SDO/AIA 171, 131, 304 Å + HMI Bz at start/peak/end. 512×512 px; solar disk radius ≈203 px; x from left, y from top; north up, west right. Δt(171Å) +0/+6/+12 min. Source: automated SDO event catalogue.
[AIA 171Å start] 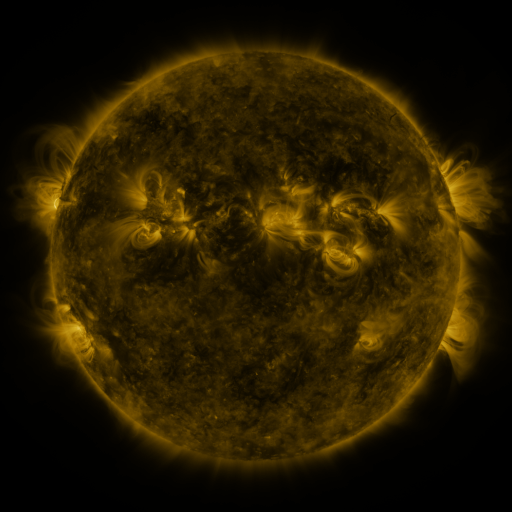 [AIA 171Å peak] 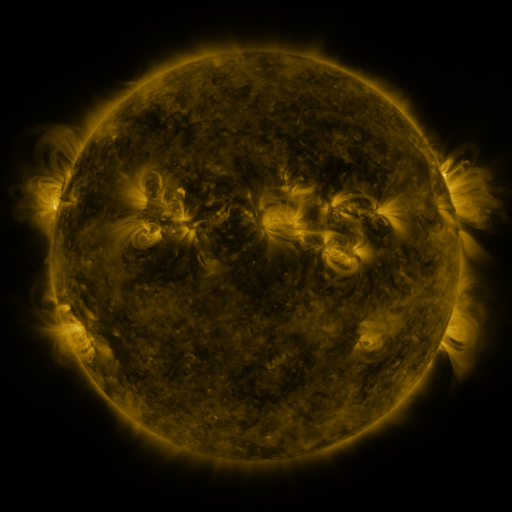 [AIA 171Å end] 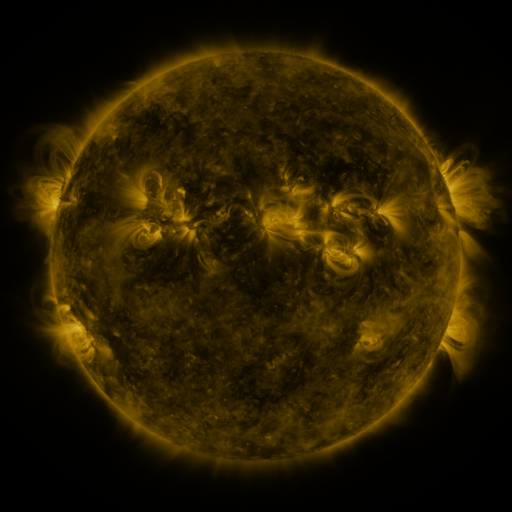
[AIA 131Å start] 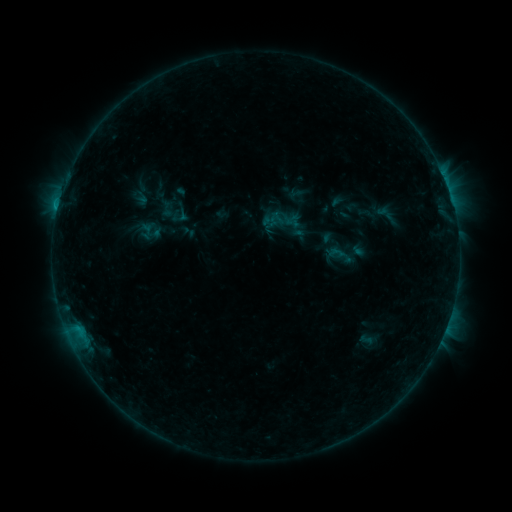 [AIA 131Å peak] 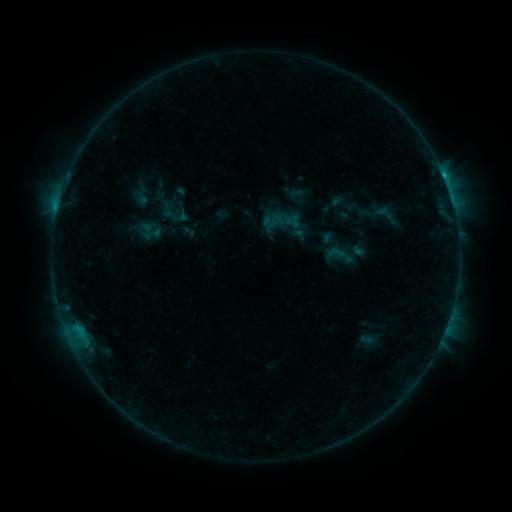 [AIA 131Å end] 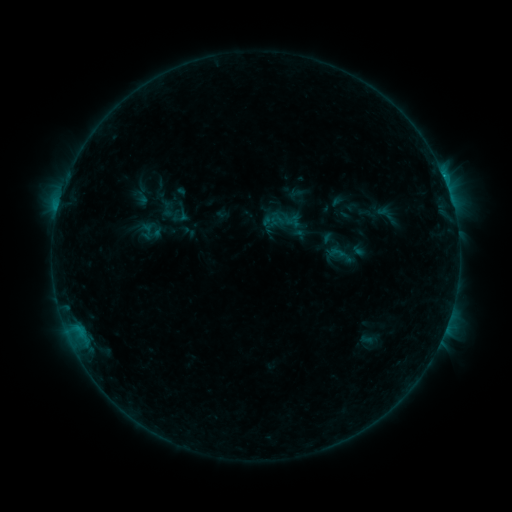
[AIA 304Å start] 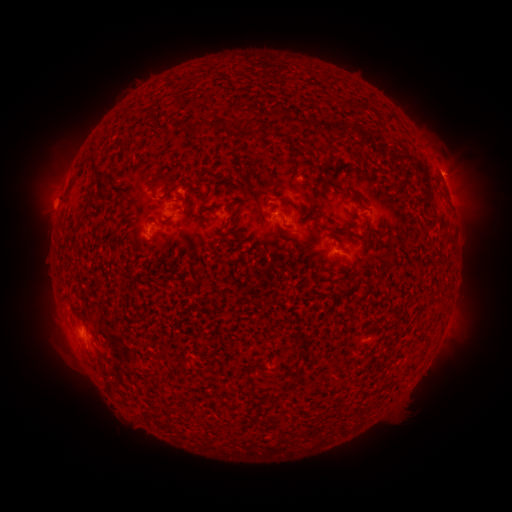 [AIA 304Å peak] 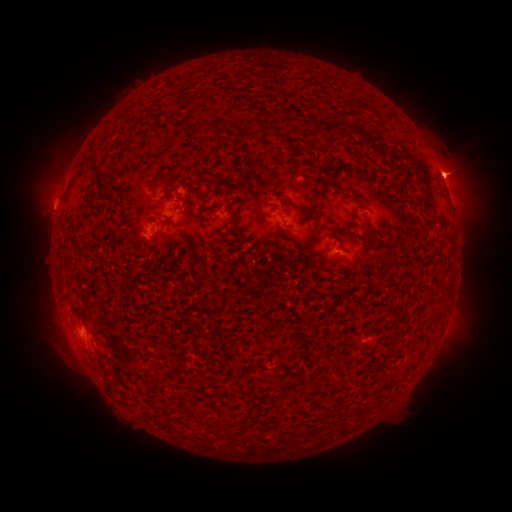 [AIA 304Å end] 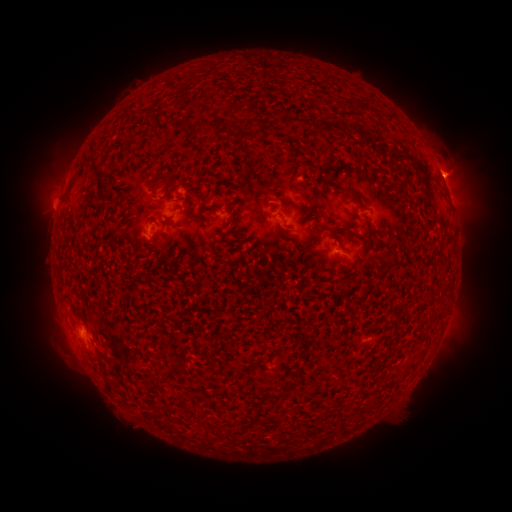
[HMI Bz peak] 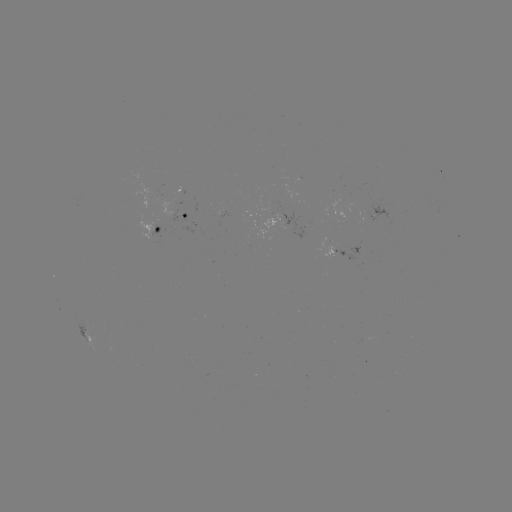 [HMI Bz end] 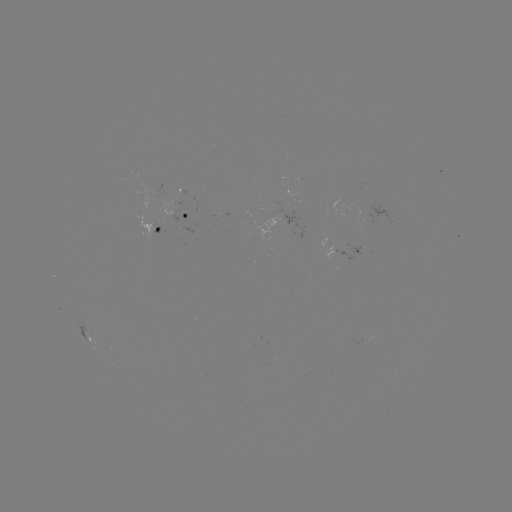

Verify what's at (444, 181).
B6.7 flare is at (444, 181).